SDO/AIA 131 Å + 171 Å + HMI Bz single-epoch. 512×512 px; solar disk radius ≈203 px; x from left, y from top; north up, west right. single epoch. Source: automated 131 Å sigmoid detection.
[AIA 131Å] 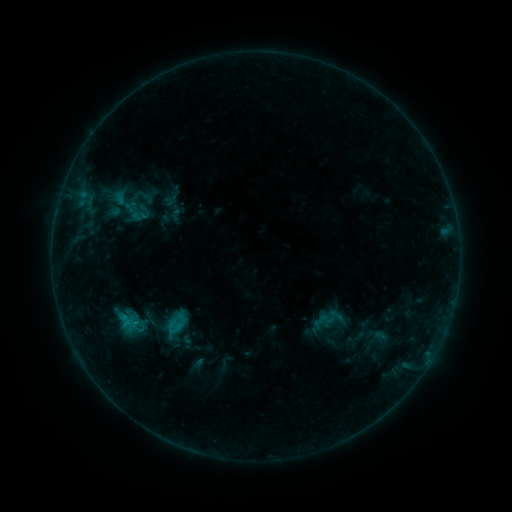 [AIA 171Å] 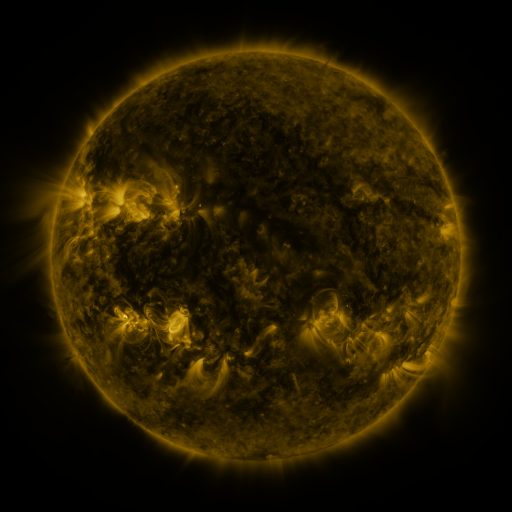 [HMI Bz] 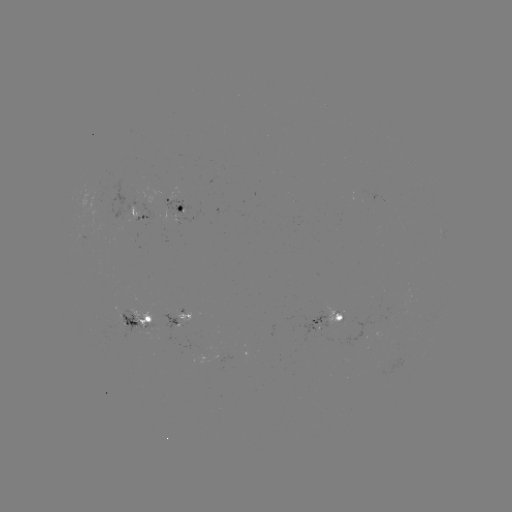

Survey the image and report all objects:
sigmoid: (329, 307, 346, 324)
sigmoid: (162, 309, 193, 336)
